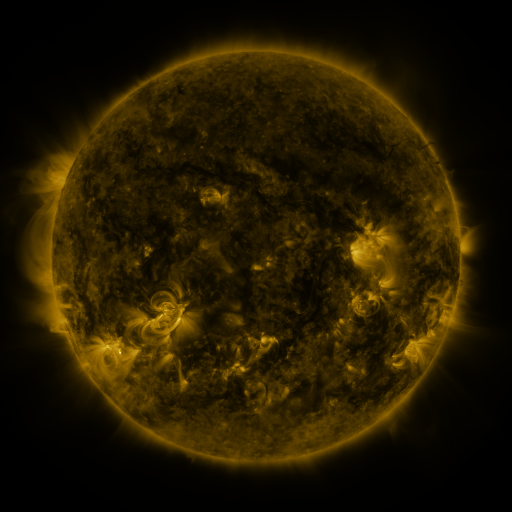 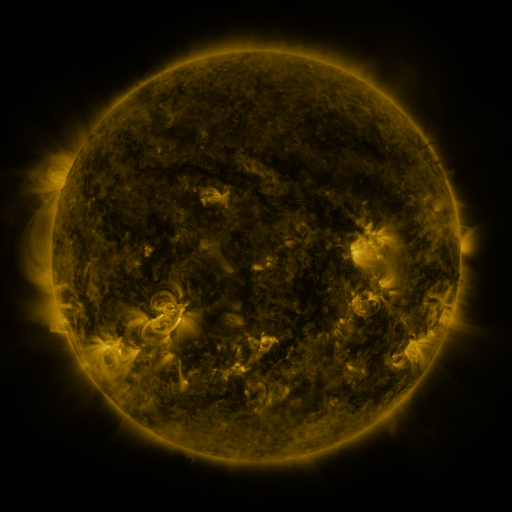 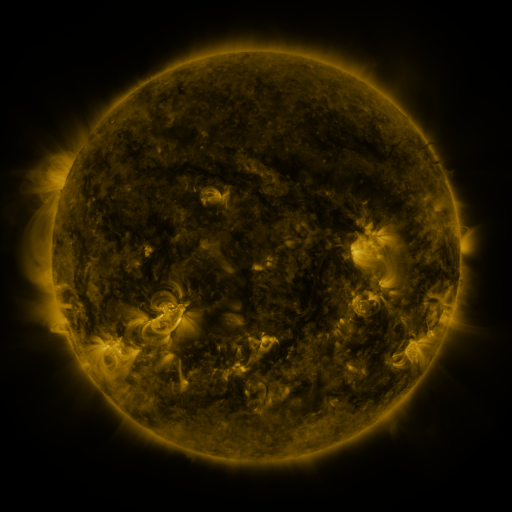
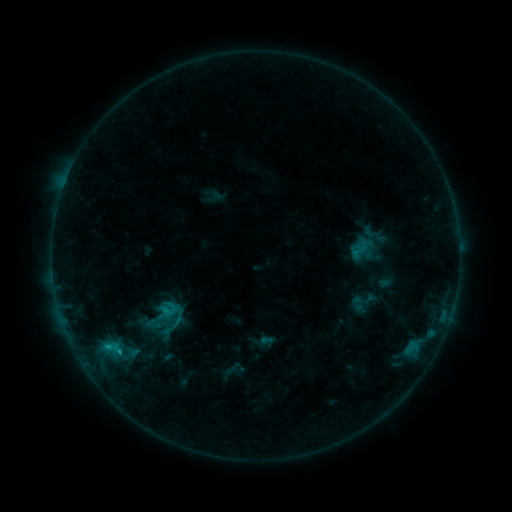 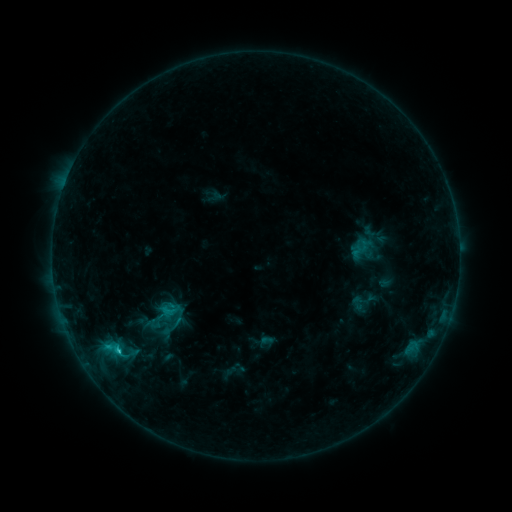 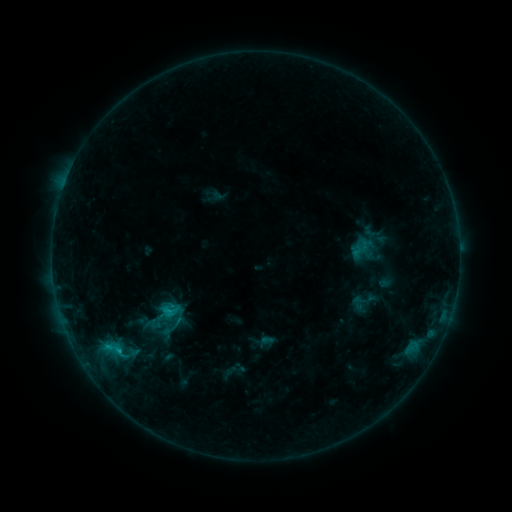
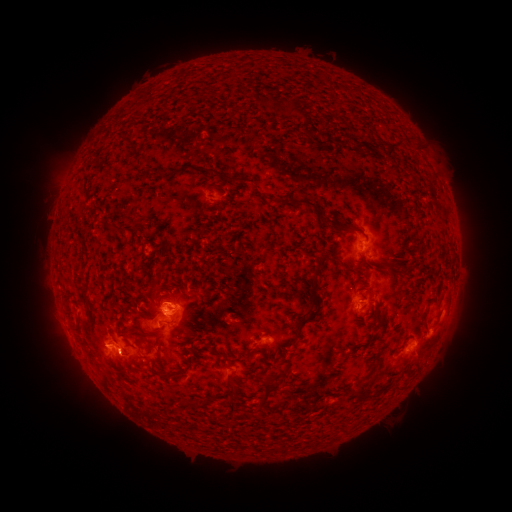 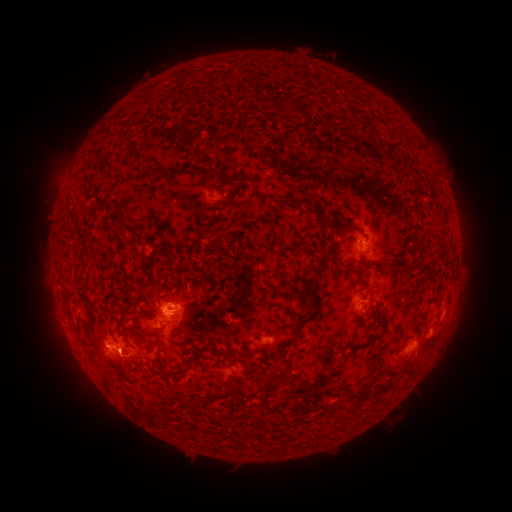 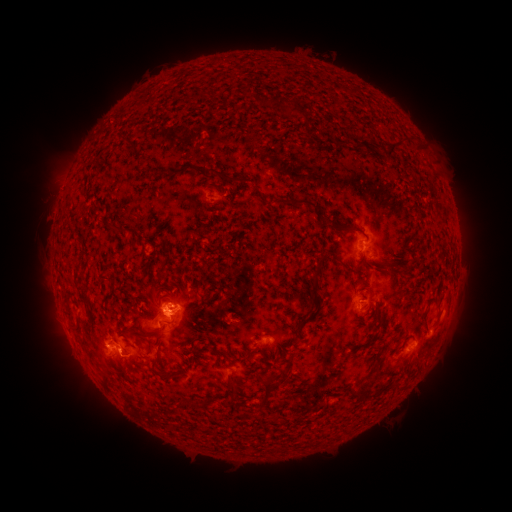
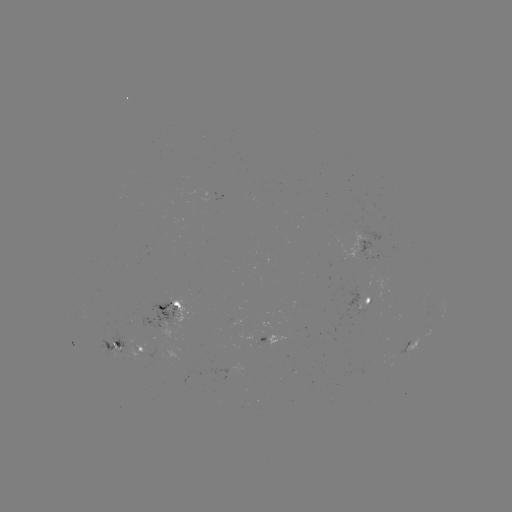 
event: flare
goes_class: C1.3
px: (118, 348)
